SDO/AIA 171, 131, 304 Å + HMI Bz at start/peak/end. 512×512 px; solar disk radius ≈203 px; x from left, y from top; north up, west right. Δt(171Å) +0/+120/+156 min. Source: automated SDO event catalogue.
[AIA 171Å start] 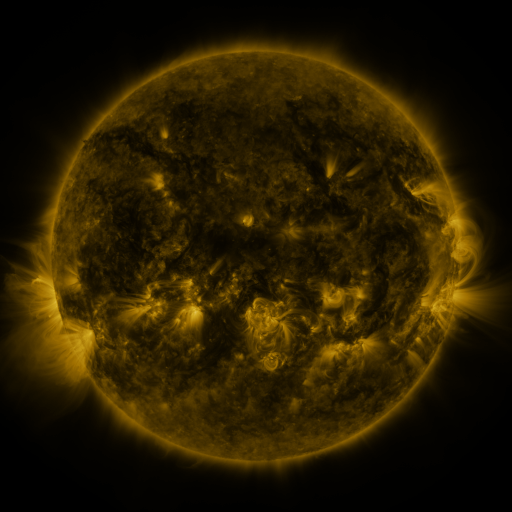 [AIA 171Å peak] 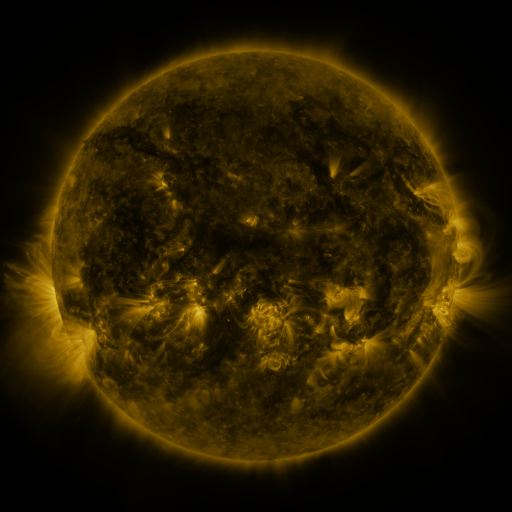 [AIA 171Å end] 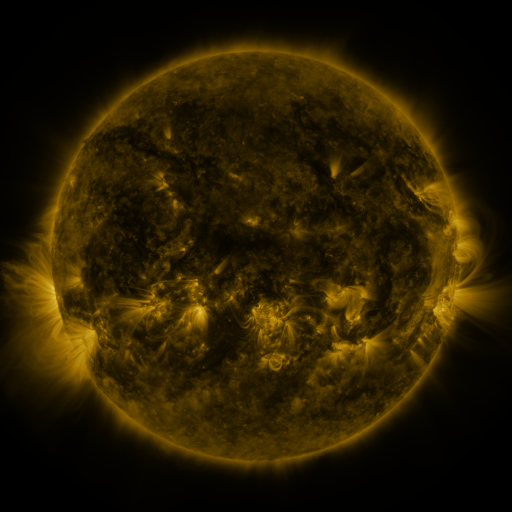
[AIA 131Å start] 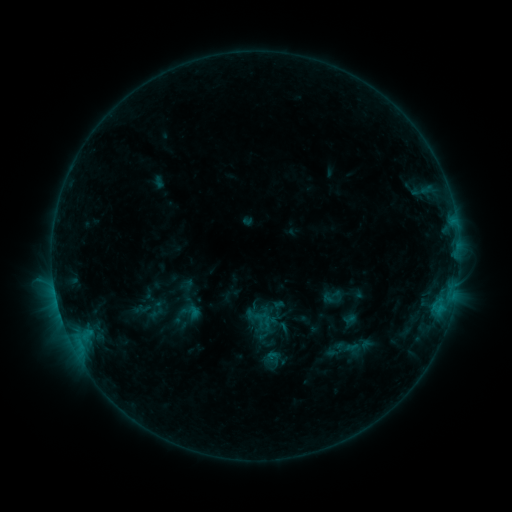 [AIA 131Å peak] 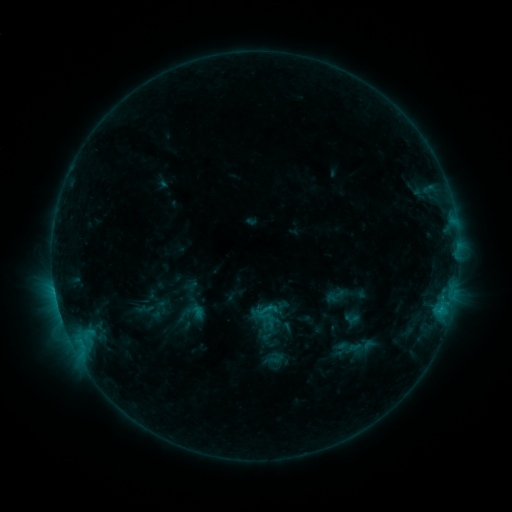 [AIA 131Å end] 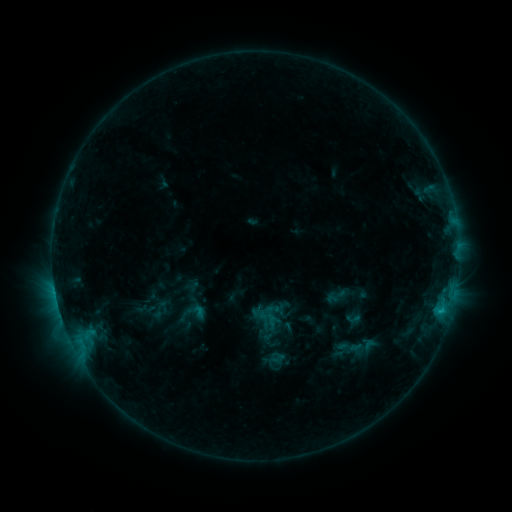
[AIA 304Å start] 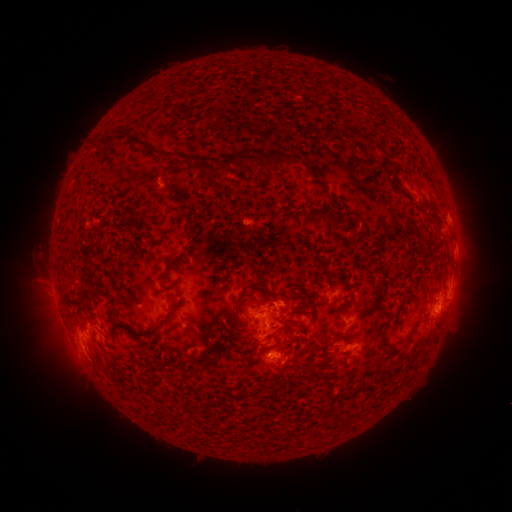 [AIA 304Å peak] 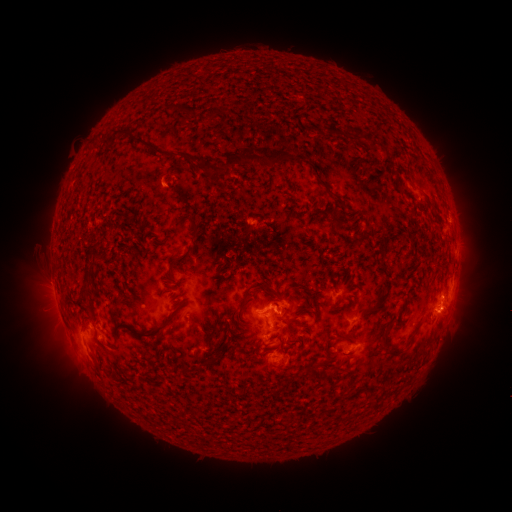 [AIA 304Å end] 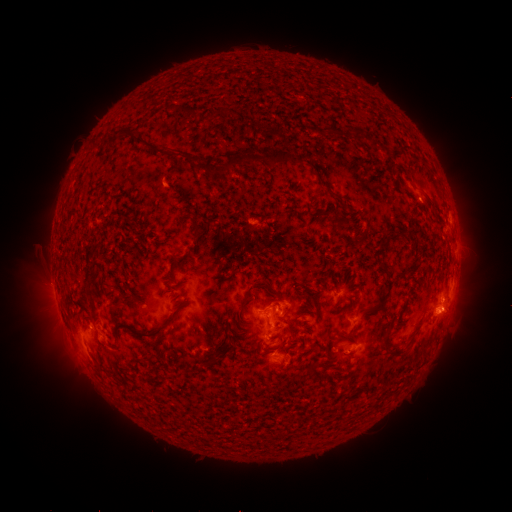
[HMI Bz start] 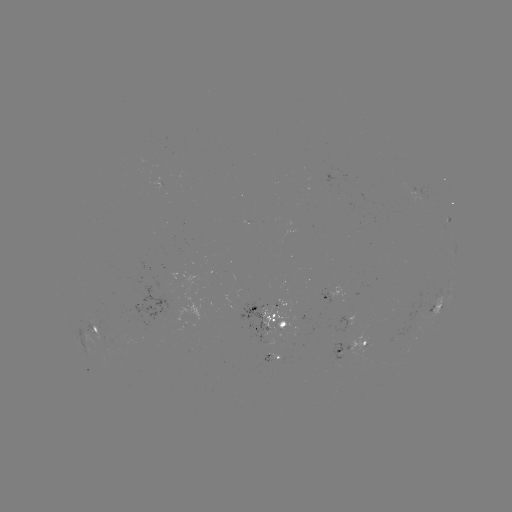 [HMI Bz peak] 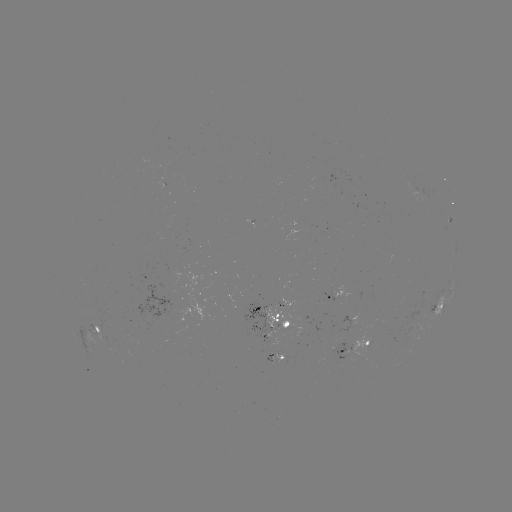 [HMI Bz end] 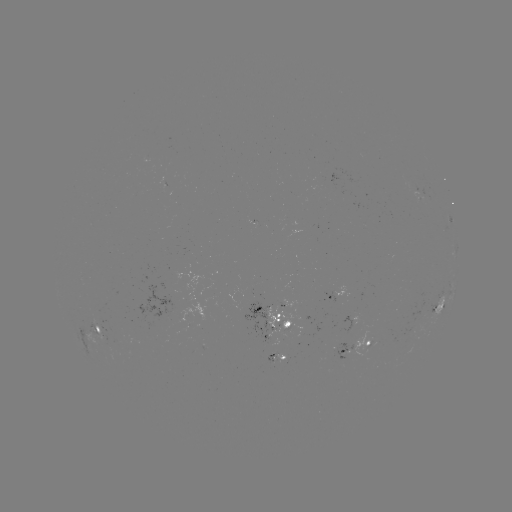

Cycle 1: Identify emerging-flux region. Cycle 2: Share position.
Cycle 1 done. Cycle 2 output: (278, 359).